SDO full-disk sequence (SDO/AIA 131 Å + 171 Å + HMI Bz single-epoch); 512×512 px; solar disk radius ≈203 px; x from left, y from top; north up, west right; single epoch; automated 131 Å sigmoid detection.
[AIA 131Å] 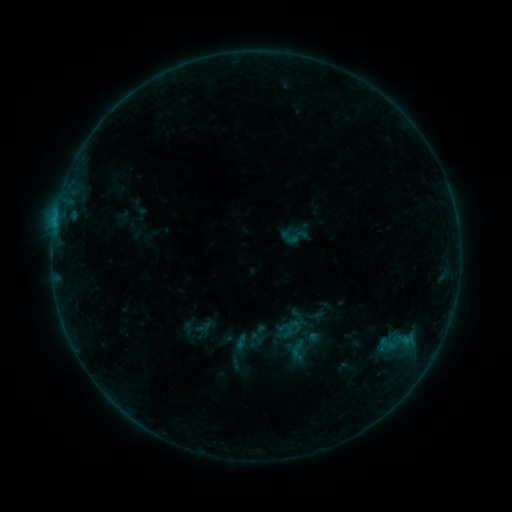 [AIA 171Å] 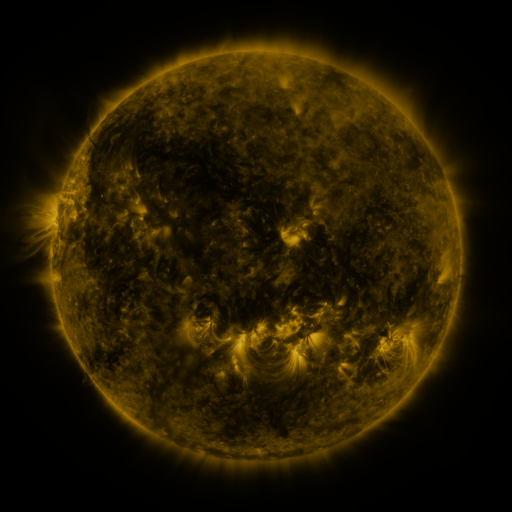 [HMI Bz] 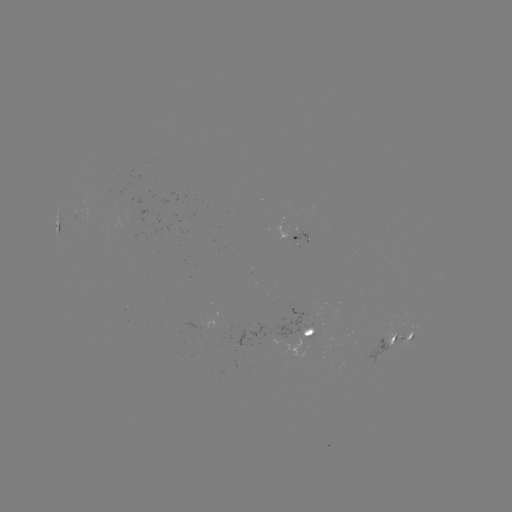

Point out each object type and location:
sigmoid: (294, 235)
sigmoid: (392, 343)
sigmoid: (297, 349)
